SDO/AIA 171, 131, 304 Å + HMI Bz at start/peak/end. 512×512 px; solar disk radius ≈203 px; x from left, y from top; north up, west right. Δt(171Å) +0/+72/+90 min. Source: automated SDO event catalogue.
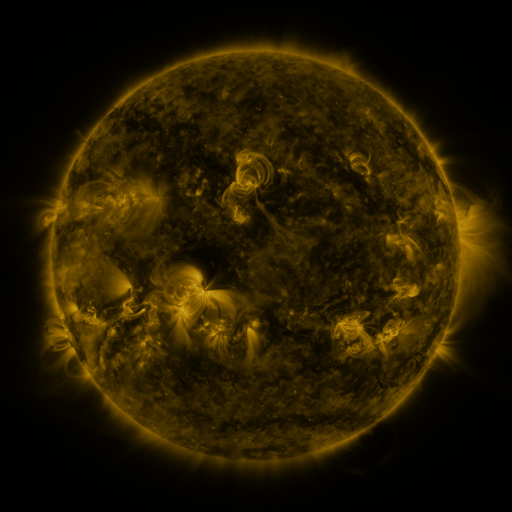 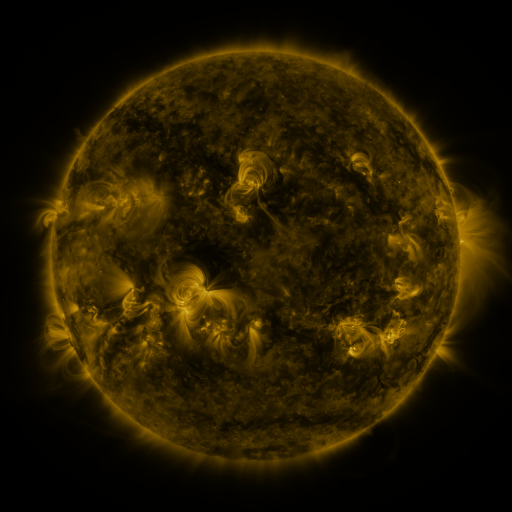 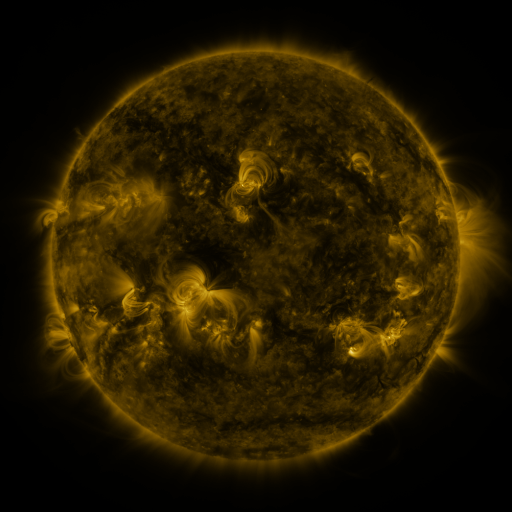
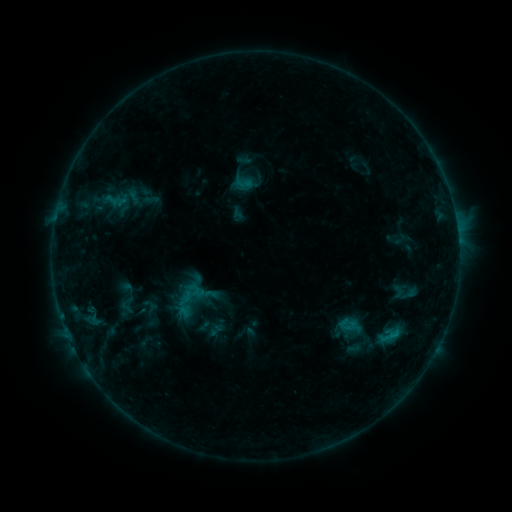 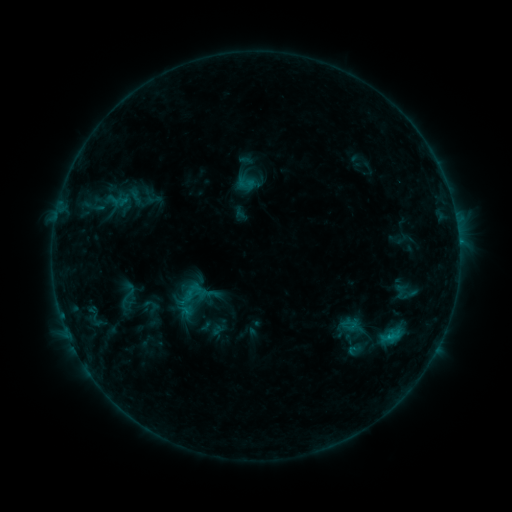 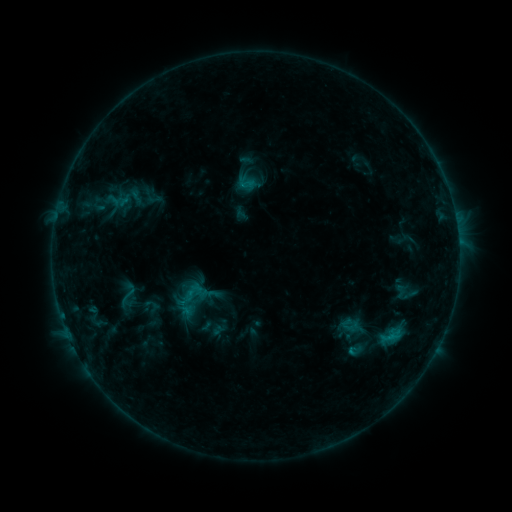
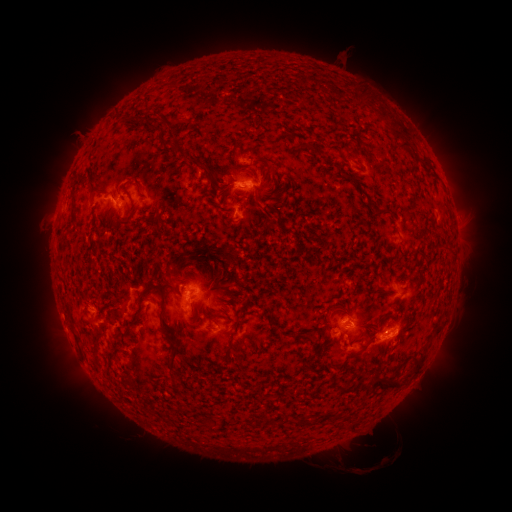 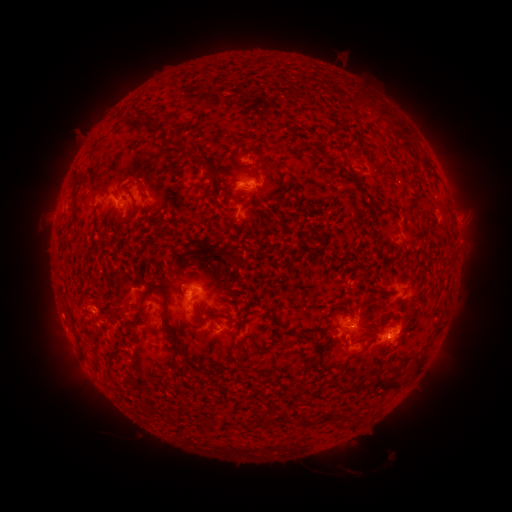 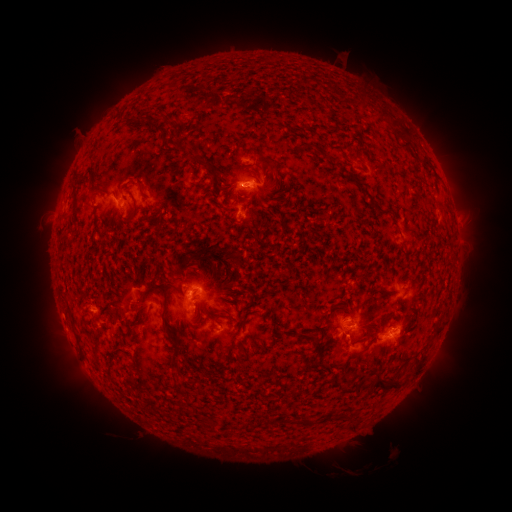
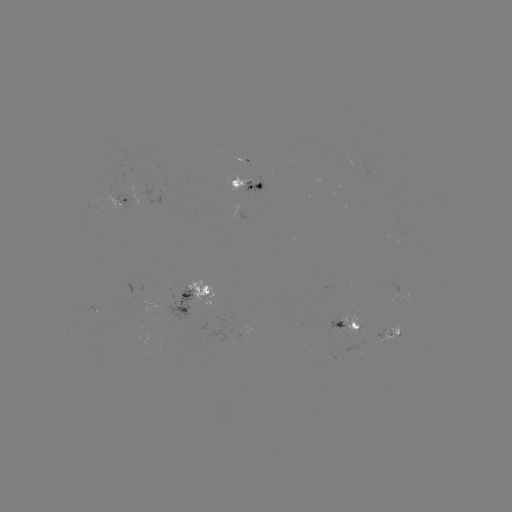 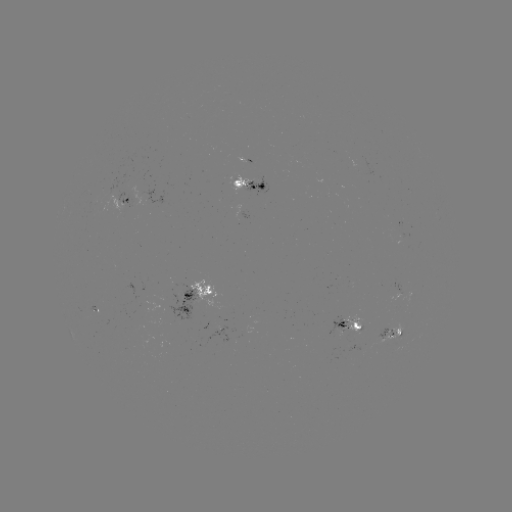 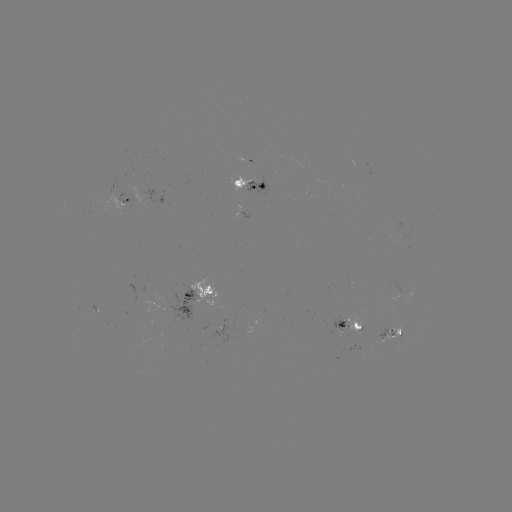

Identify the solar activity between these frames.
emerging-flux region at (342, 326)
